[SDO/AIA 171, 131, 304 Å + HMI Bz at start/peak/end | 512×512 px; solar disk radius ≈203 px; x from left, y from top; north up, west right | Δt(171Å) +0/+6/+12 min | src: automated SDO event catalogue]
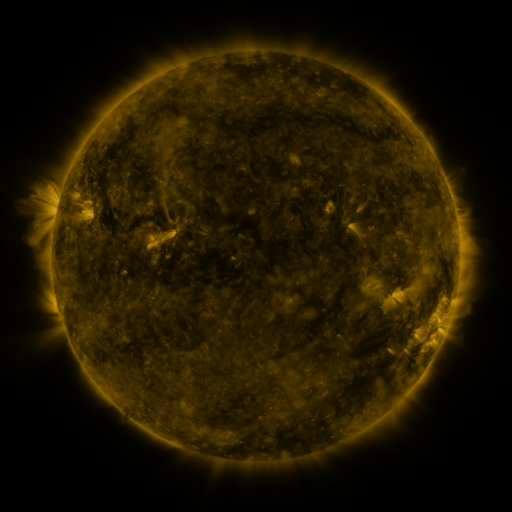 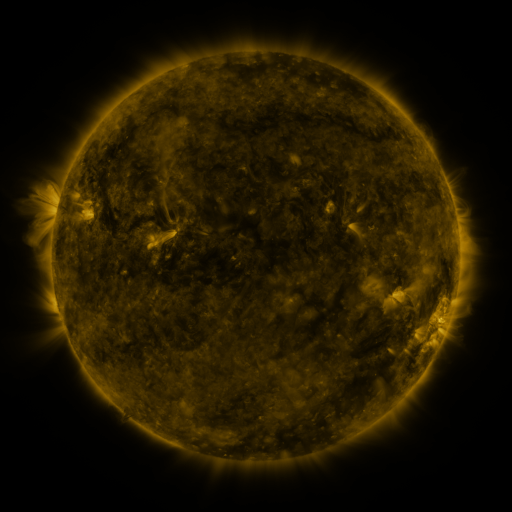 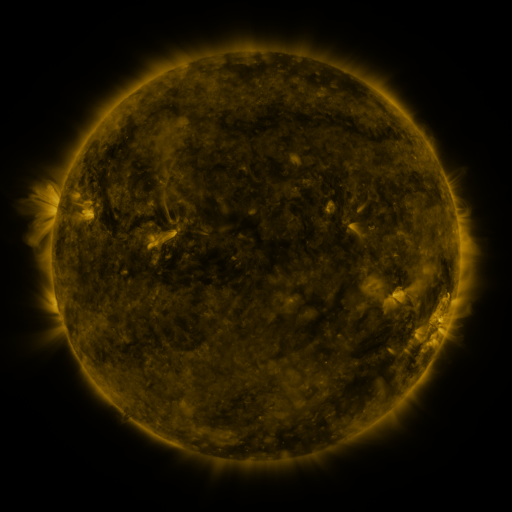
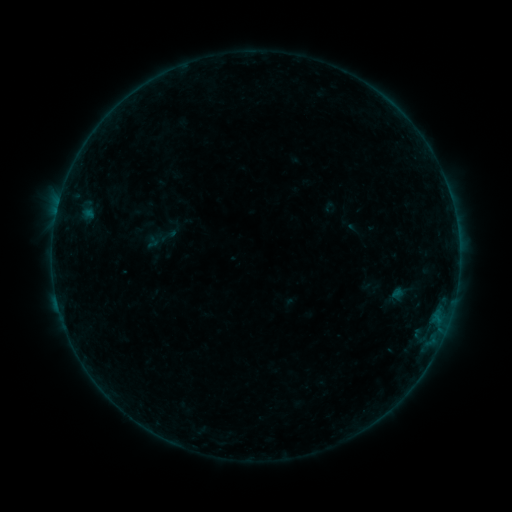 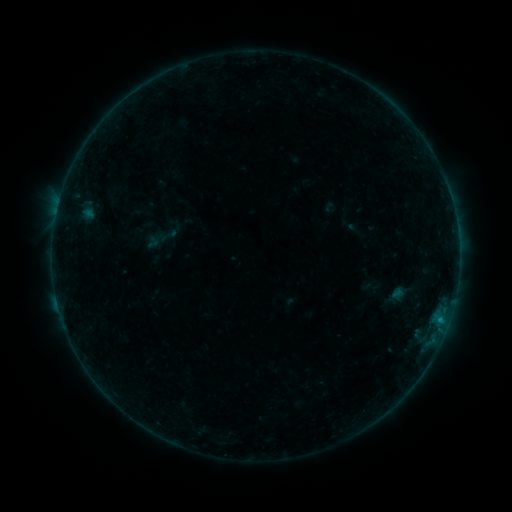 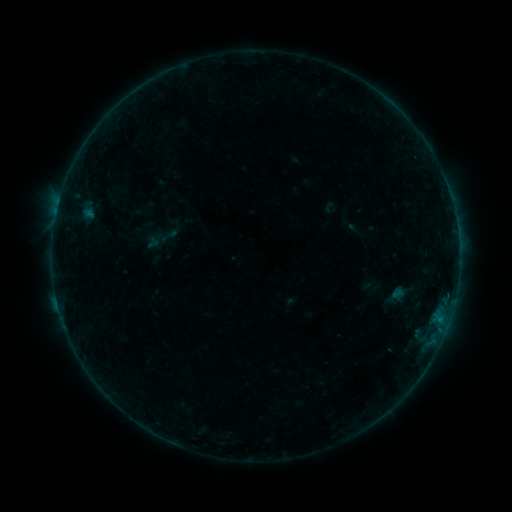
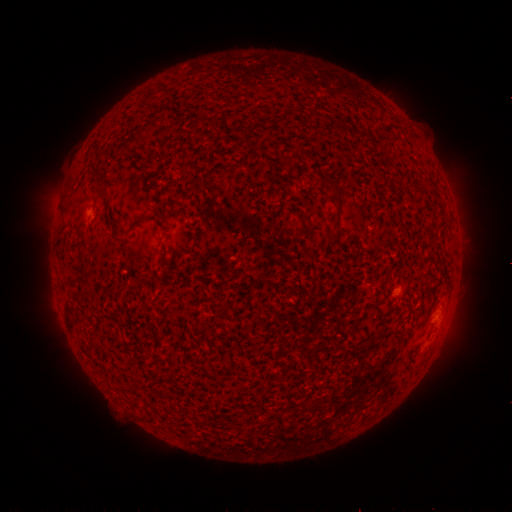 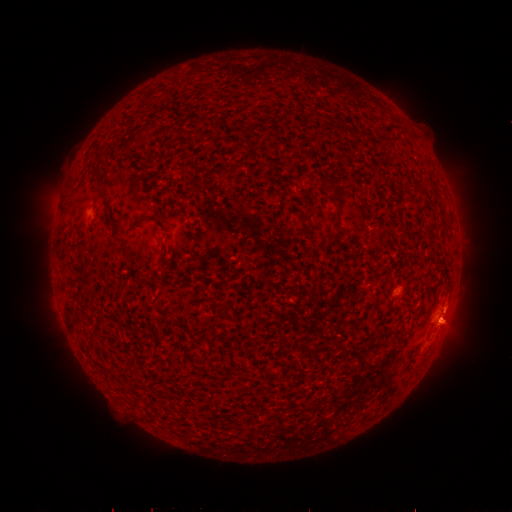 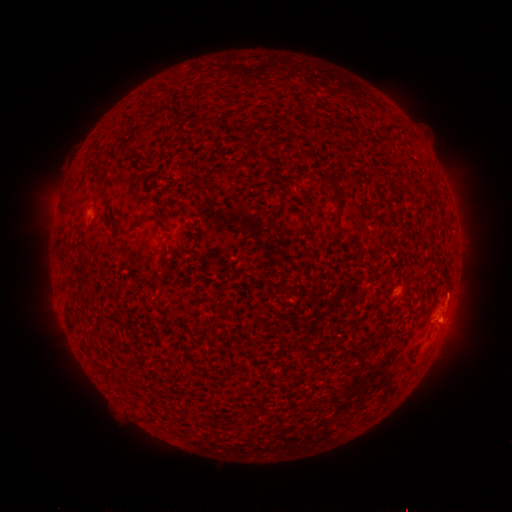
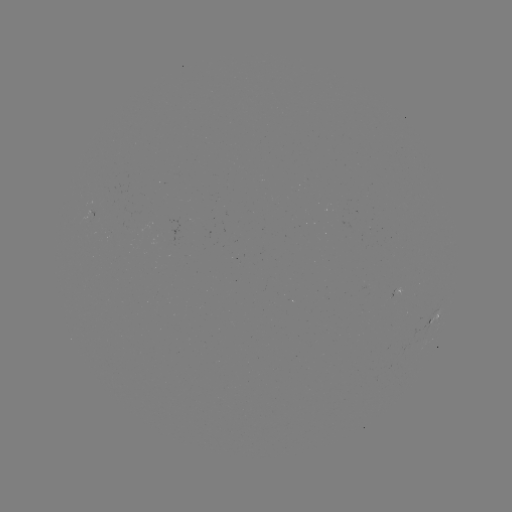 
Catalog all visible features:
B1.7 flare: (441, 318)
